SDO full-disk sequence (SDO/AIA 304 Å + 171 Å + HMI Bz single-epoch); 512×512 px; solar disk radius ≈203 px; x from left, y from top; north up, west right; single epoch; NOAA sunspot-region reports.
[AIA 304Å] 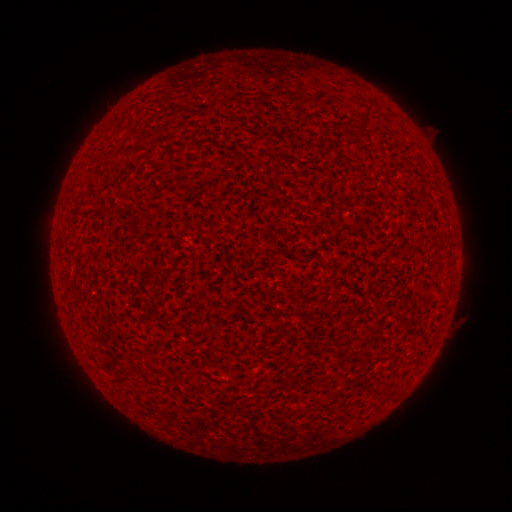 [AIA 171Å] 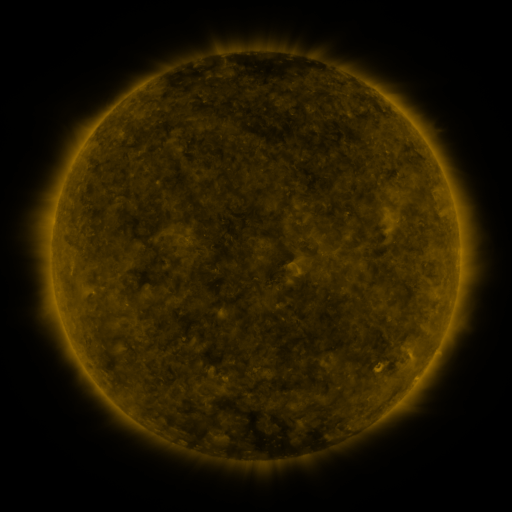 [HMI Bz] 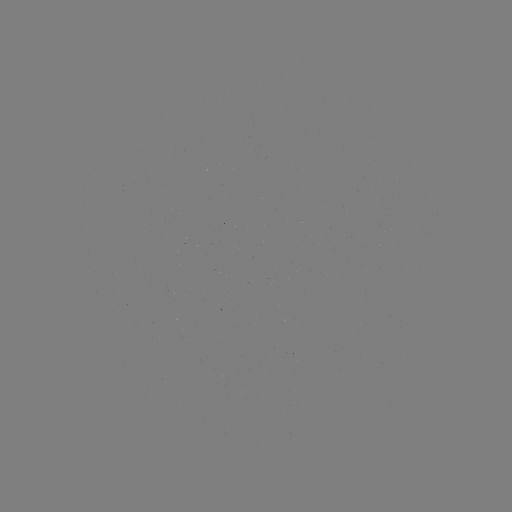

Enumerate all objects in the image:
(none)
